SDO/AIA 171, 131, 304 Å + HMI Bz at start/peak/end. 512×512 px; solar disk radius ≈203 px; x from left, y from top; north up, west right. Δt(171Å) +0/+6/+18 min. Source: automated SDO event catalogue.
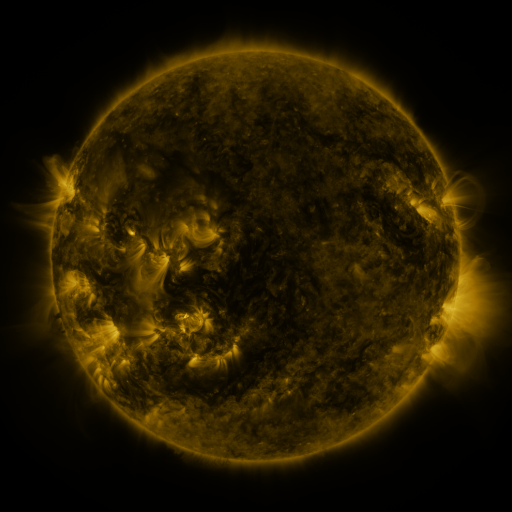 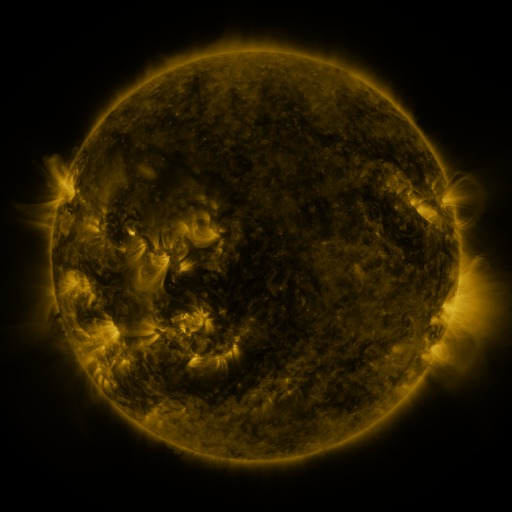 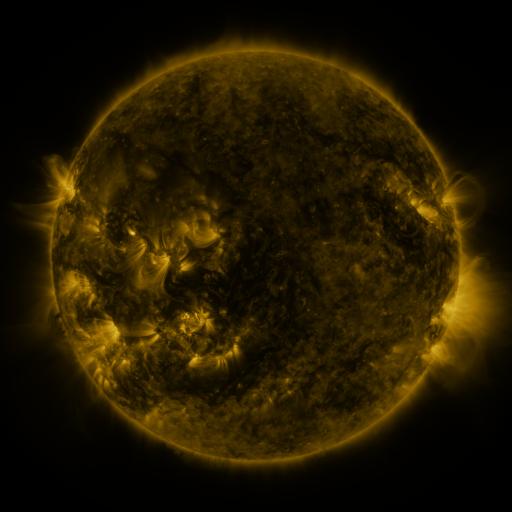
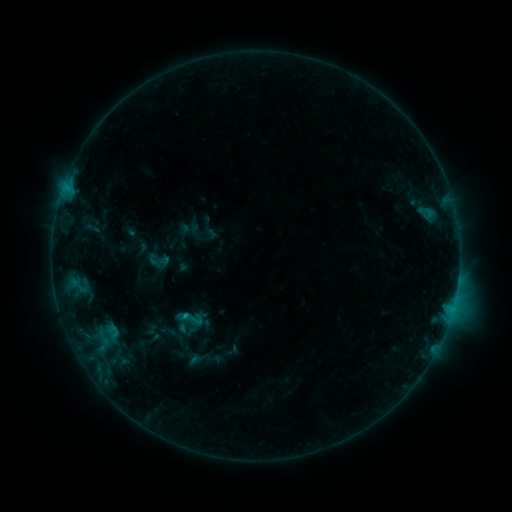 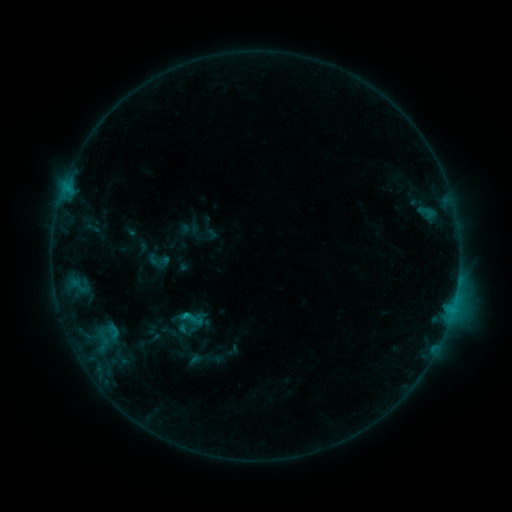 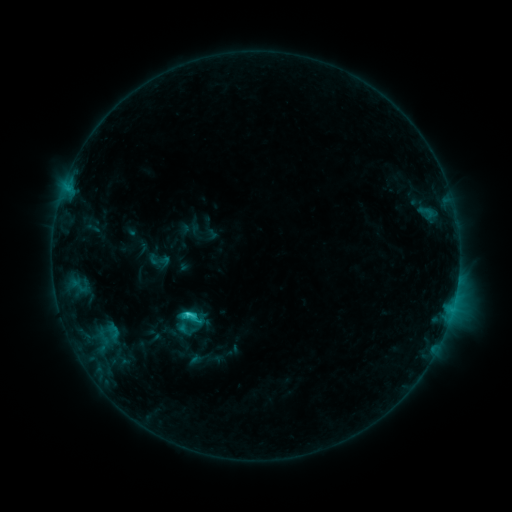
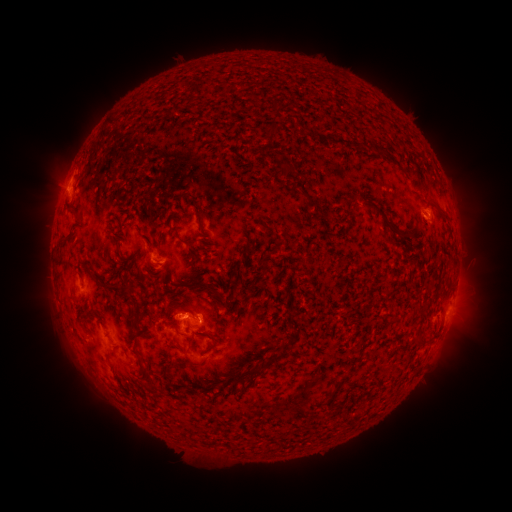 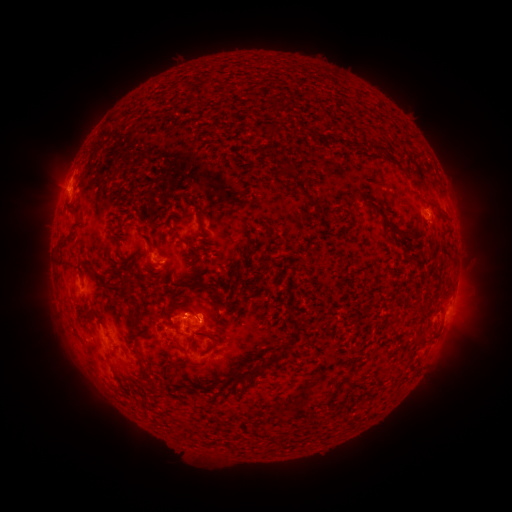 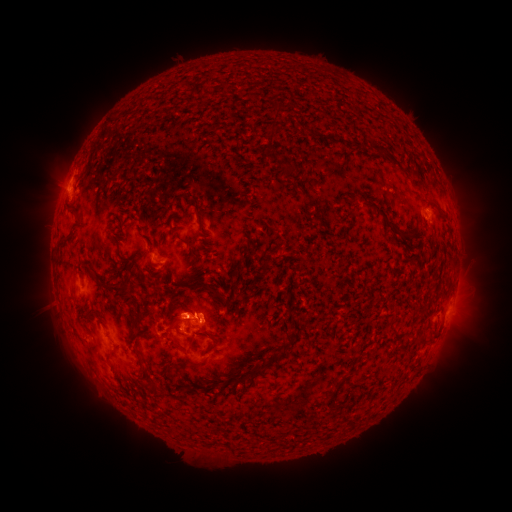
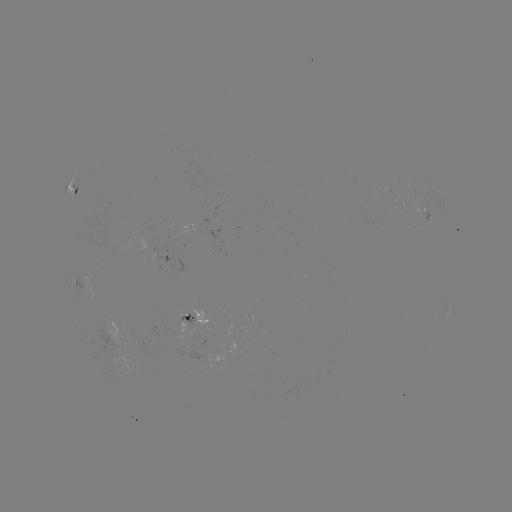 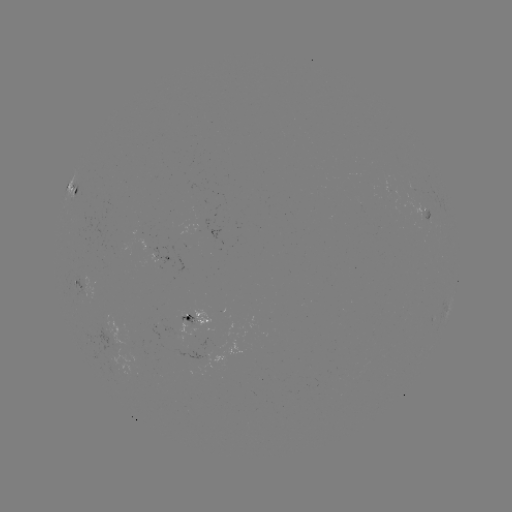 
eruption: <bbox>148, 286, 195, 342</bbox>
